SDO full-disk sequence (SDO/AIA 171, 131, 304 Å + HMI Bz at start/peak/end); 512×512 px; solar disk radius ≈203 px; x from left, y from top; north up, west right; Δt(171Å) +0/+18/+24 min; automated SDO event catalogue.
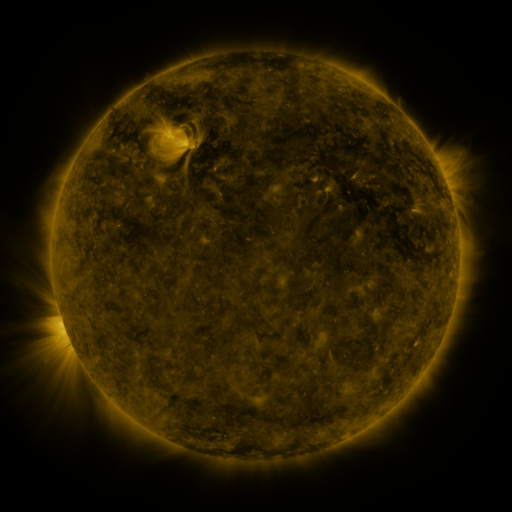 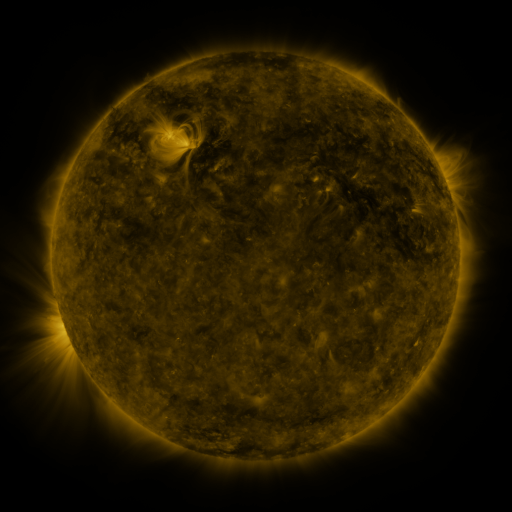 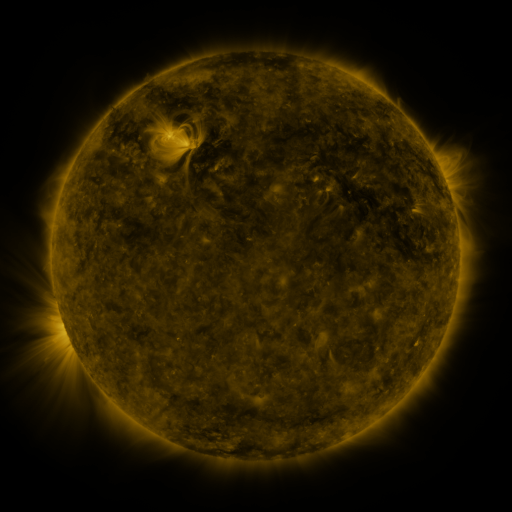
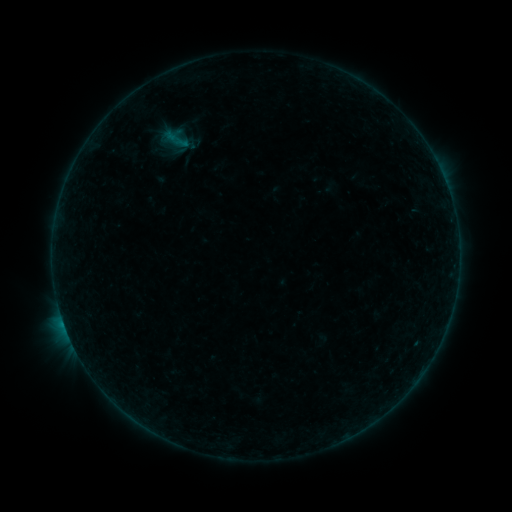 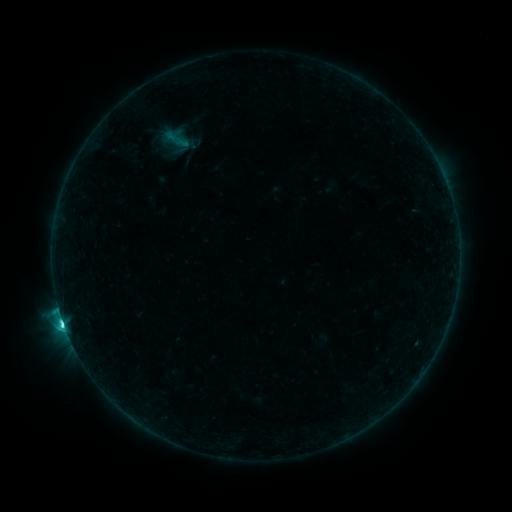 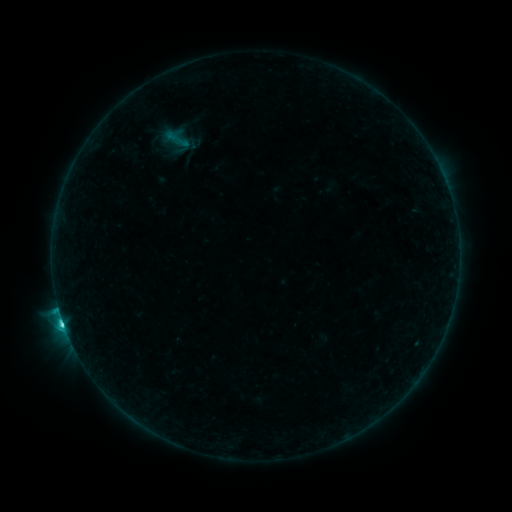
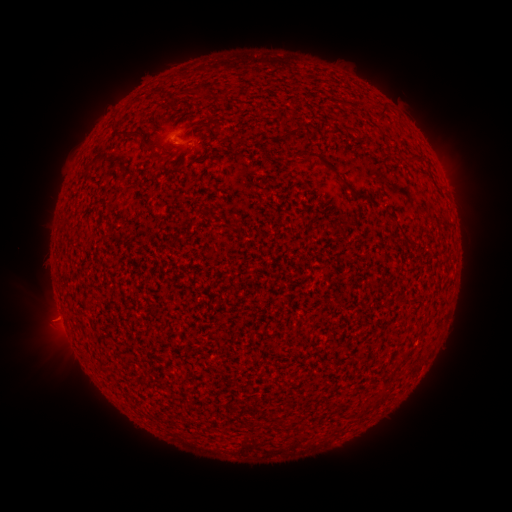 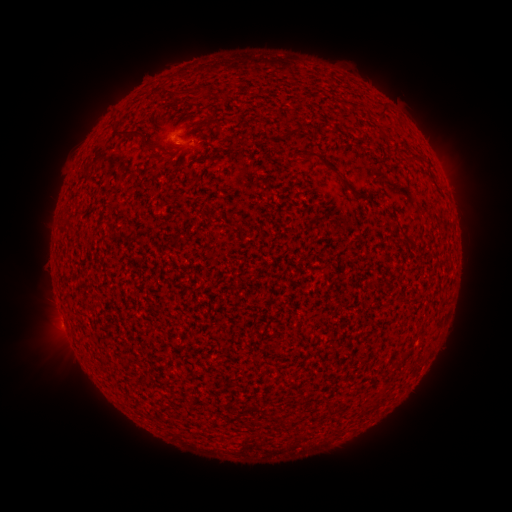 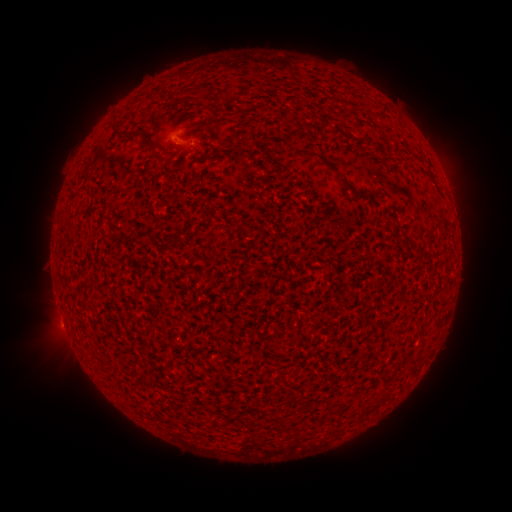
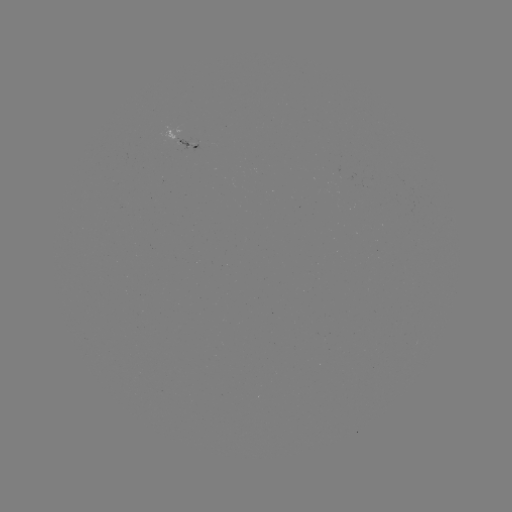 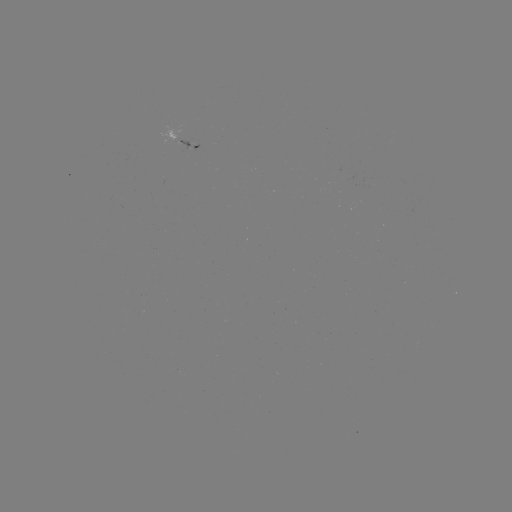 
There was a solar flare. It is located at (64, 322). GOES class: C3.8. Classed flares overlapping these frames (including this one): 1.